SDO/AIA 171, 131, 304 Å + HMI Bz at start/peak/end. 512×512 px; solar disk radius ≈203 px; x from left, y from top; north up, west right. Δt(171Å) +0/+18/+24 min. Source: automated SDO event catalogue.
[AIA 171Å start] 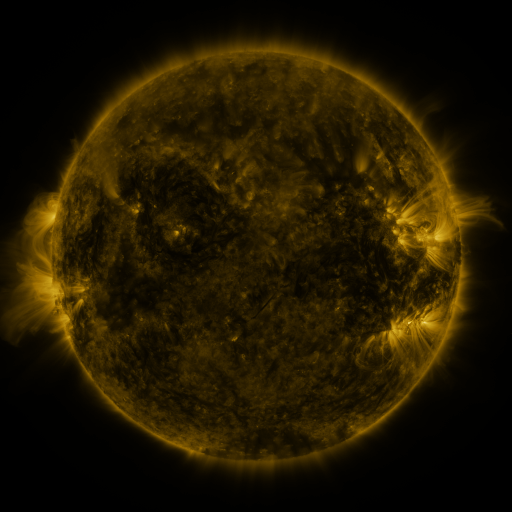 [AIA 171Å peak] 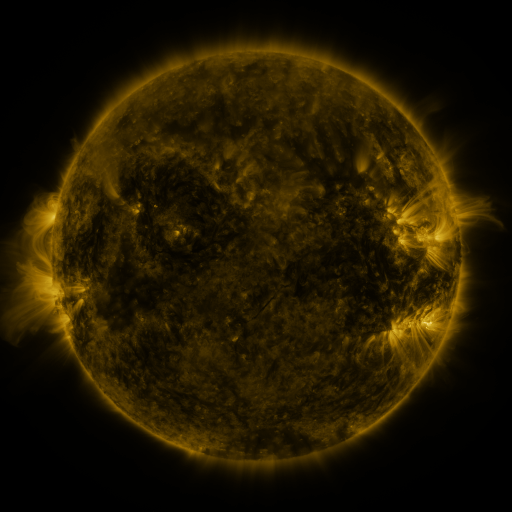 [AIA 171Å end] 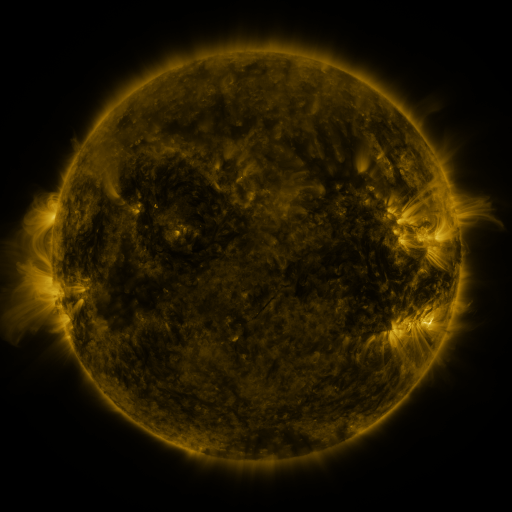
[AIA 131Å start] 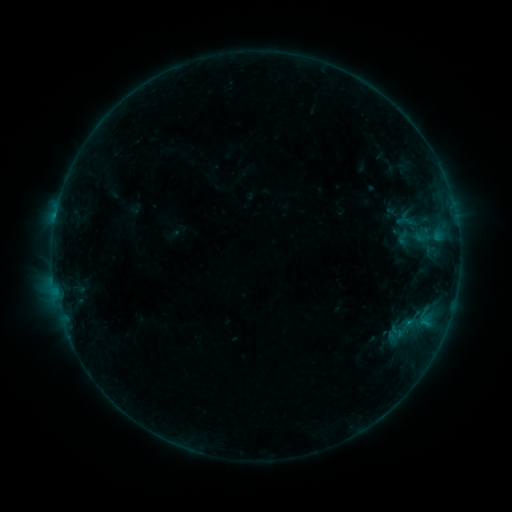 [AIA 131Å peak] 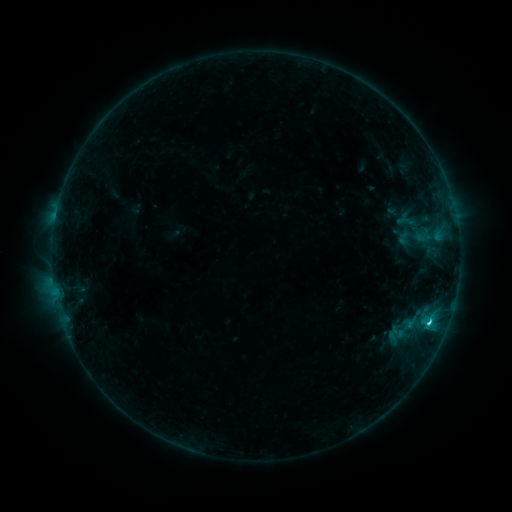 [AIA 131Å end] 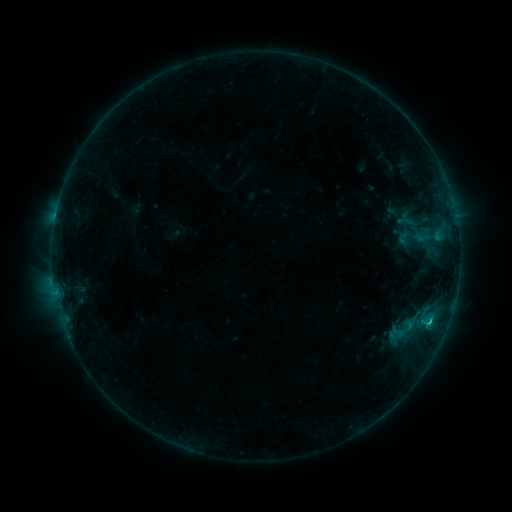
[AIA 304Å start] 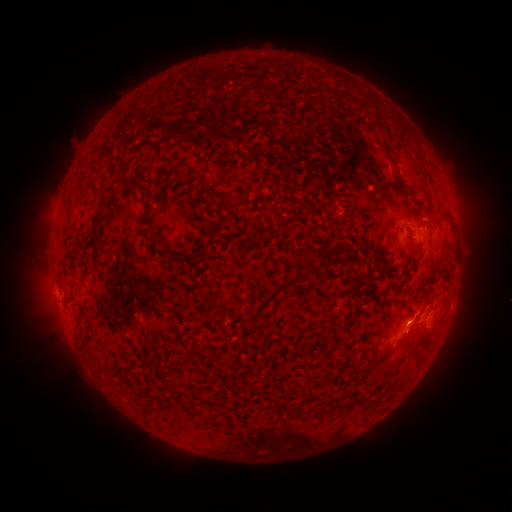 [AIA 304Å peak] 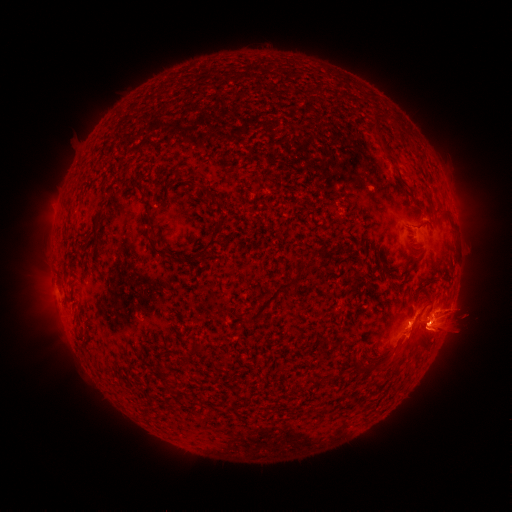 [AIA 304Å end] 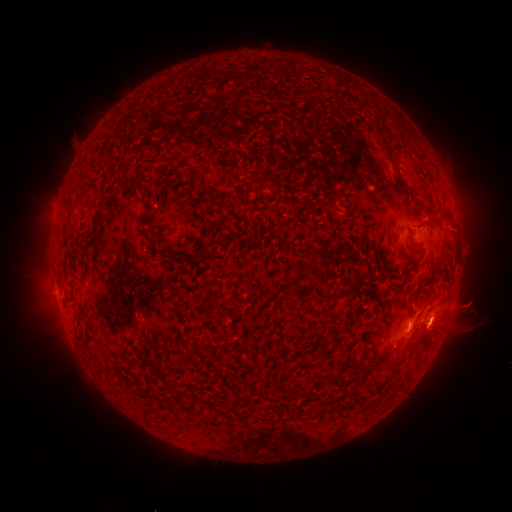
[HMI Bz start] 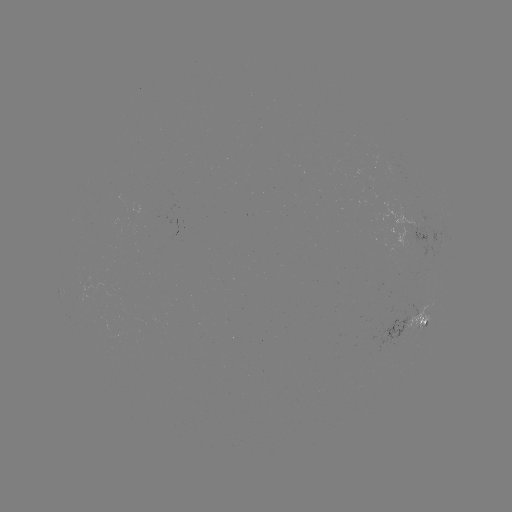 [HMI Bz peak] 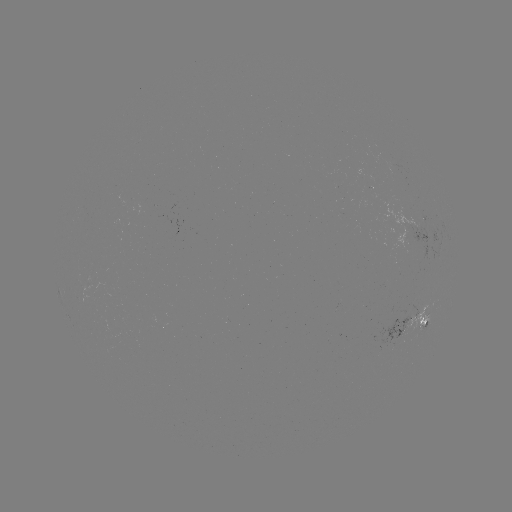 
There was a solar flare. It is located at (429, 321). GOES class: C1.6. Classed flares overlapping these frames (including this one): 1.